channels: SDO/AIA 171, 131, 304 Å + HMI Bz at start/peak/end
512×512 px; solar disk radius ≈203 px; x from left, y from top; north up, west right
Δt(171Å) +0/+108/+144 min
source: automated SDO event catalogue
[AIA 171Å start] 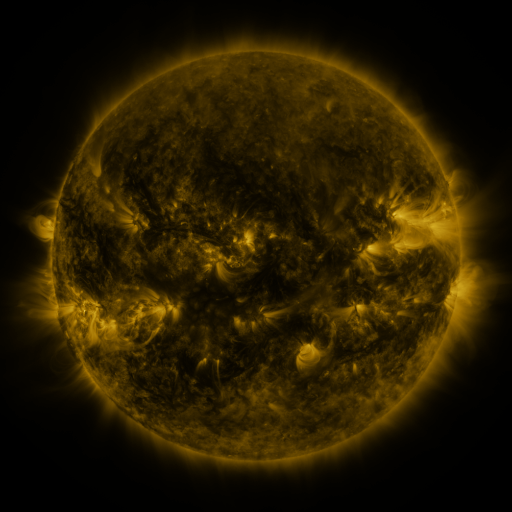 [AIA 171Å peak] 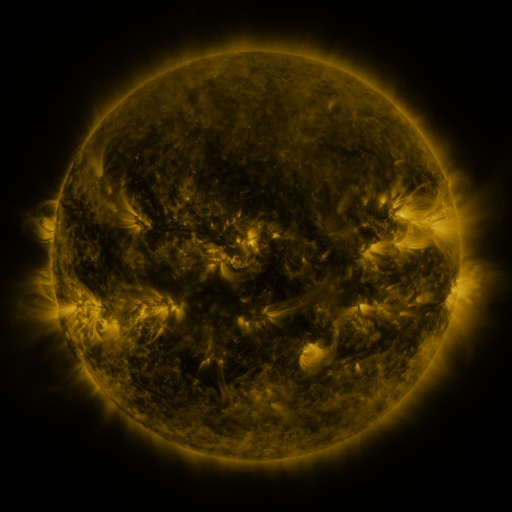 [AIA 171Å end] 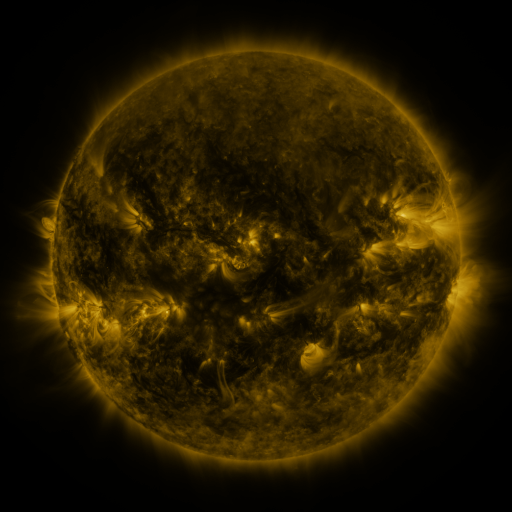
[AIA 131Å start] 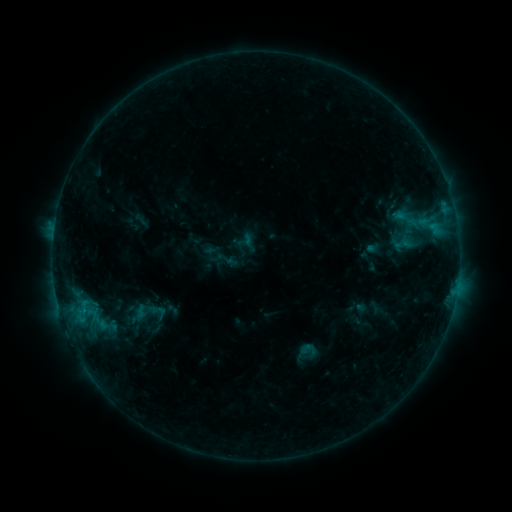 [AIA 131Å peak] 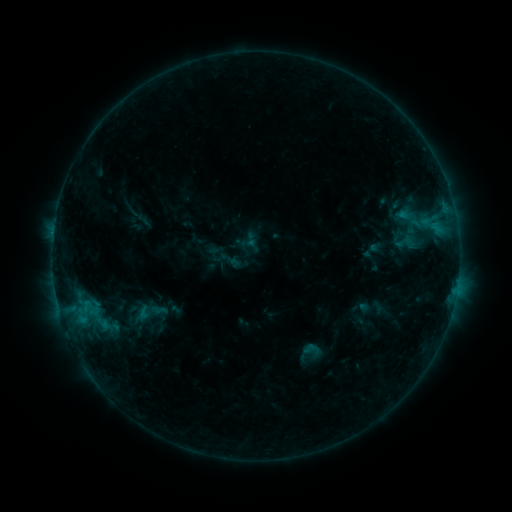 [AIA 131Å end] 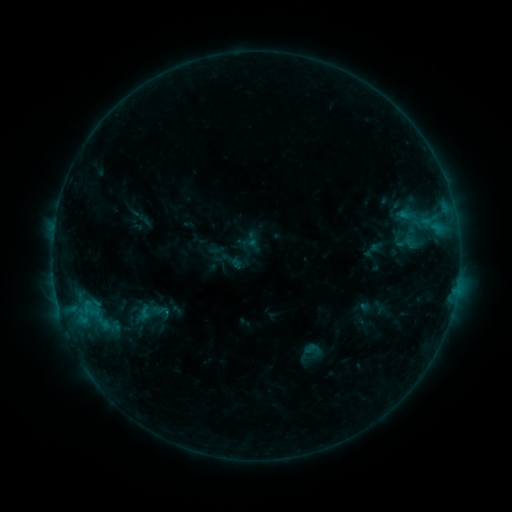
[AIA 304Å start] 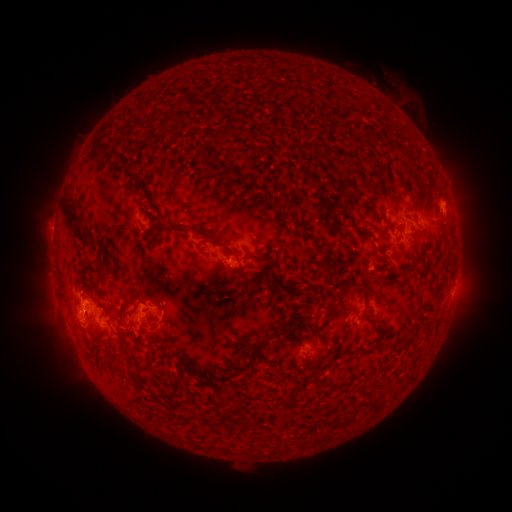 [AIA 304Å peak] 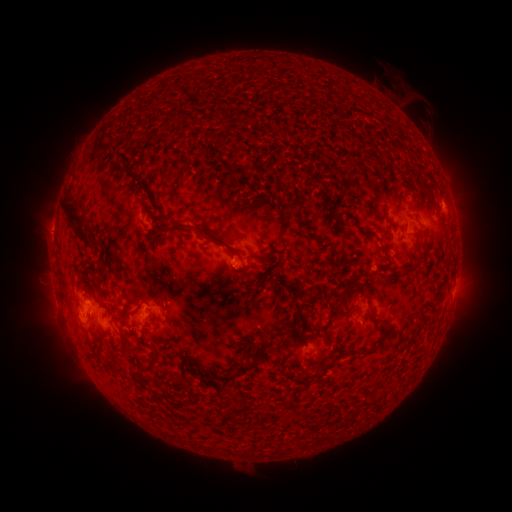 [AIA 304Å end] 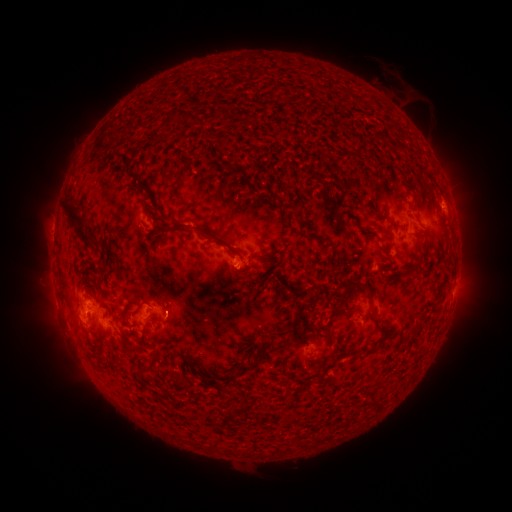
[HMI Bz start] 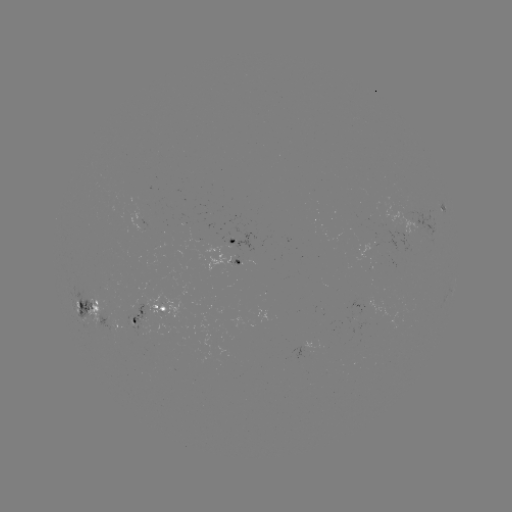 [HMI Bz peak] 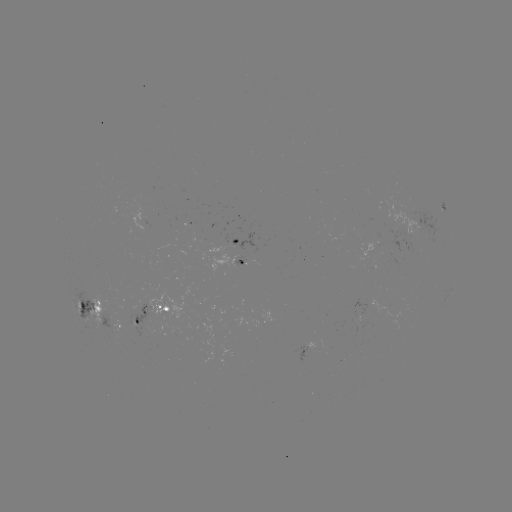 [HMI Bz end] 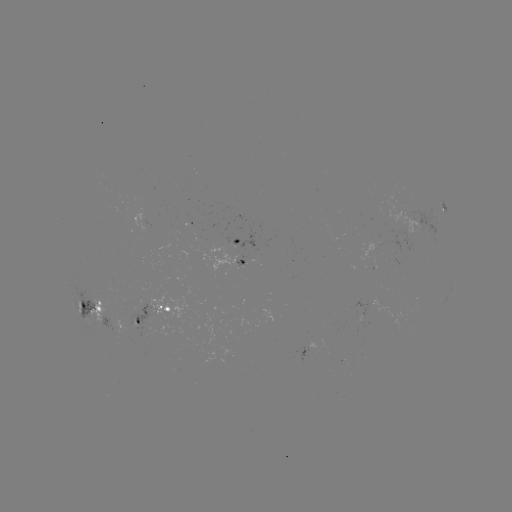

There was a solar emerging-flux region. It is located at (102, 310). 